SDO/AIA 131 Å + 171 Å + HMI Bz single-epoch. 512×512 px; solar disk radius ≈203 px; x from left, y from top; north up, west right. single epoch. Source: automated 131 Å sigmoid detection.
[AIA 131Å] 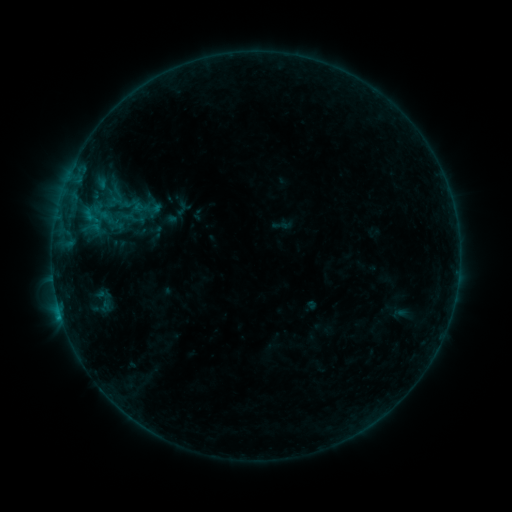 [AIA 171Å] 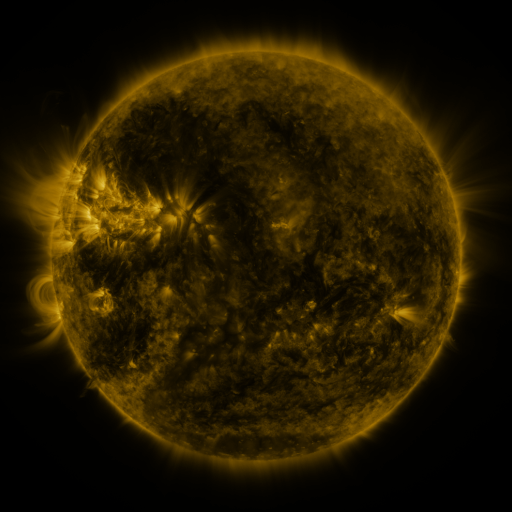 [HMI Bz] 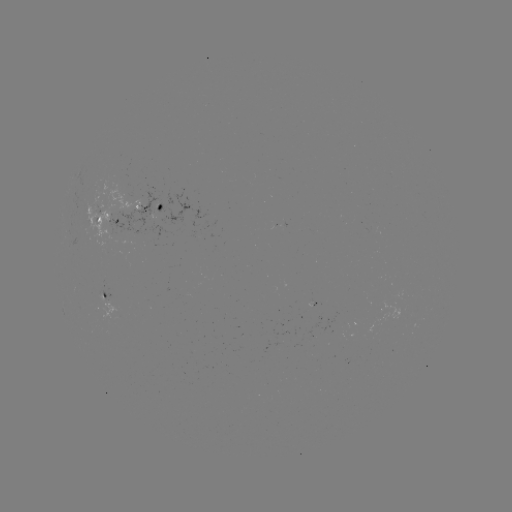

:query sigmoid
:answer (100, 213)